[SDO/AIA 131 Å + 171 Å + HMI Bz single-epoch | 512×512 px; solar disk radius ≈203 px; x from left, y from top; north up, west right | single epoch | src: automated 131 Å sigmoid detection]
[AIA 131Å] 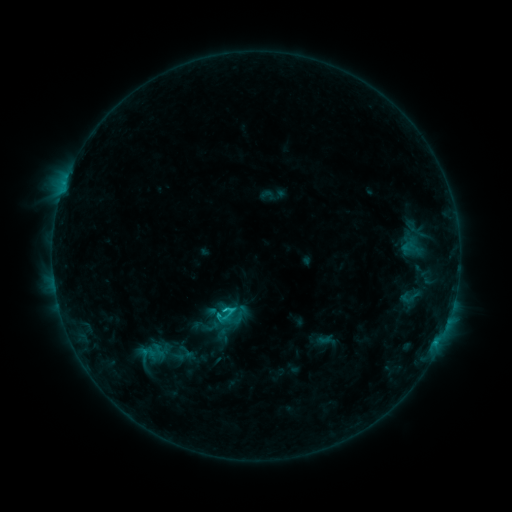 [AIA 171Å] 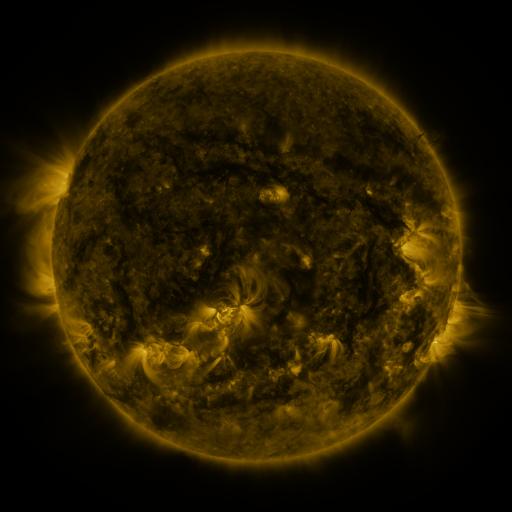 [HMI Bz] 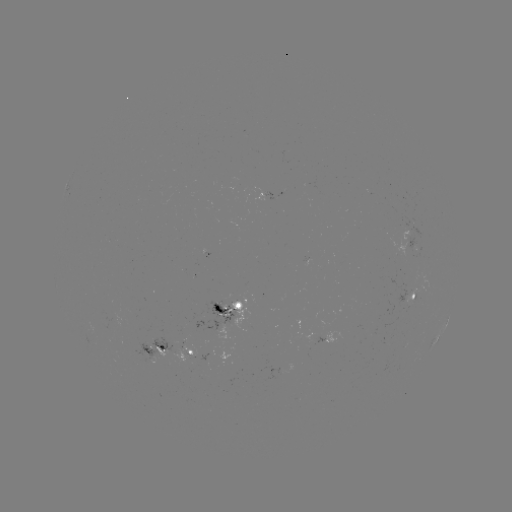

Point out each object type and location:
sigmoid: (409, 297)
sigmoid: (230, 316)
